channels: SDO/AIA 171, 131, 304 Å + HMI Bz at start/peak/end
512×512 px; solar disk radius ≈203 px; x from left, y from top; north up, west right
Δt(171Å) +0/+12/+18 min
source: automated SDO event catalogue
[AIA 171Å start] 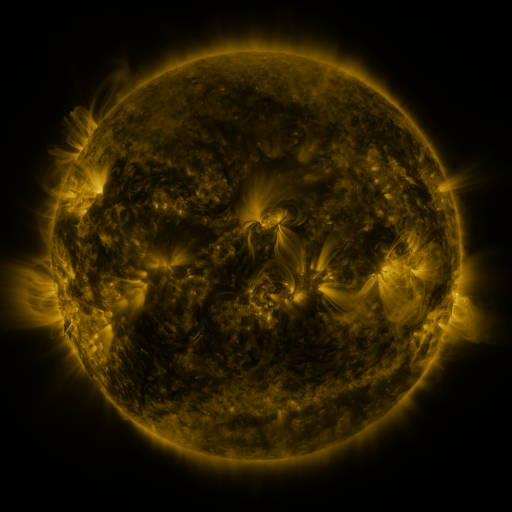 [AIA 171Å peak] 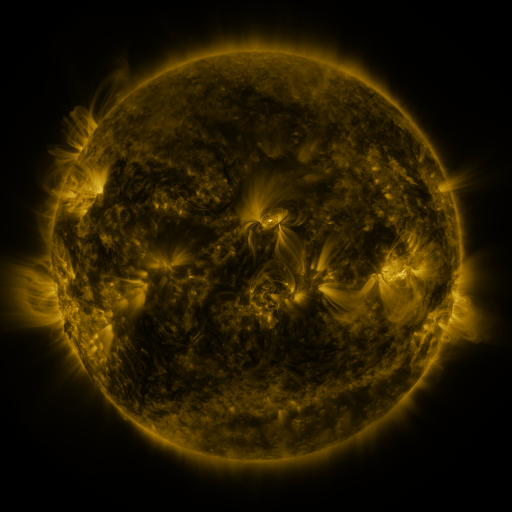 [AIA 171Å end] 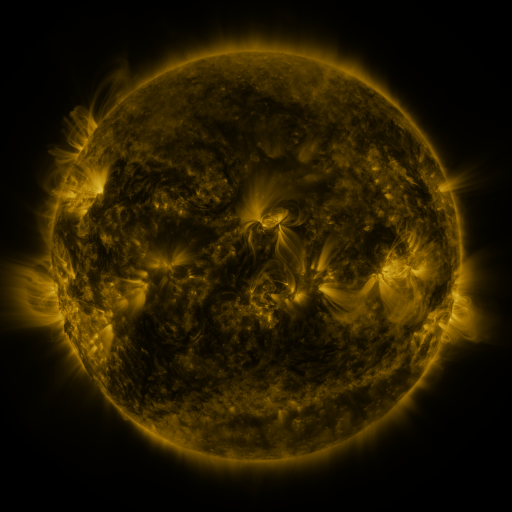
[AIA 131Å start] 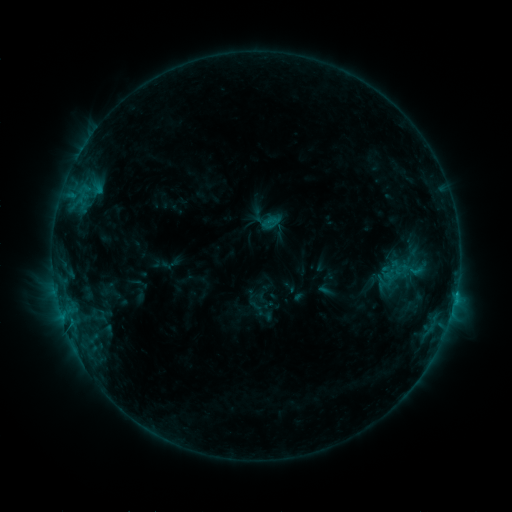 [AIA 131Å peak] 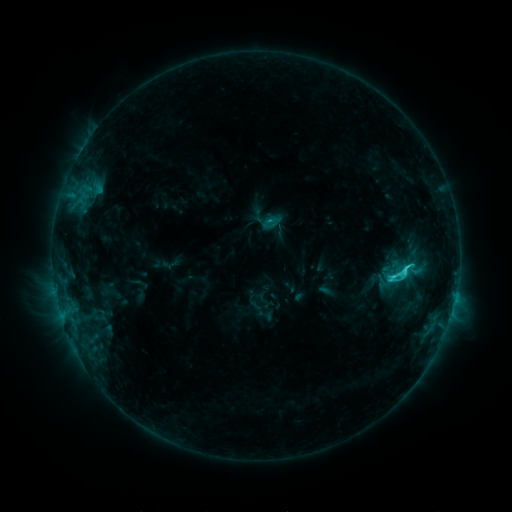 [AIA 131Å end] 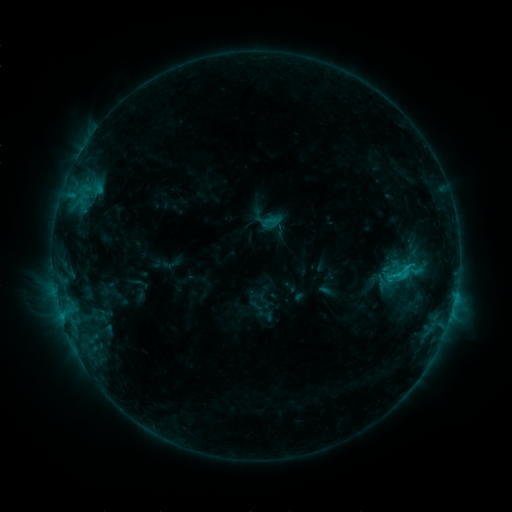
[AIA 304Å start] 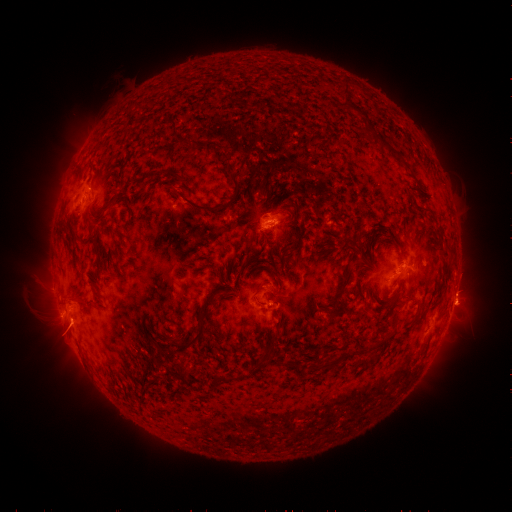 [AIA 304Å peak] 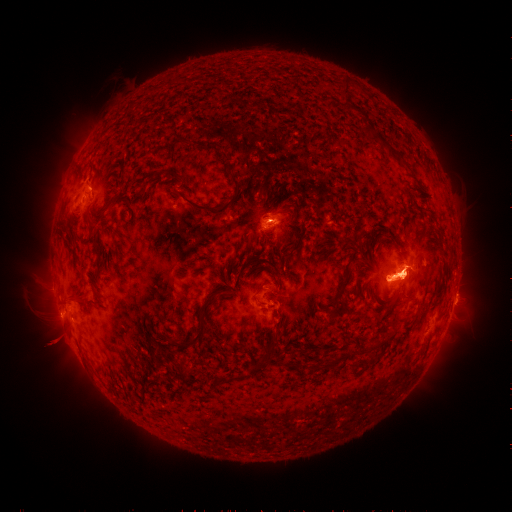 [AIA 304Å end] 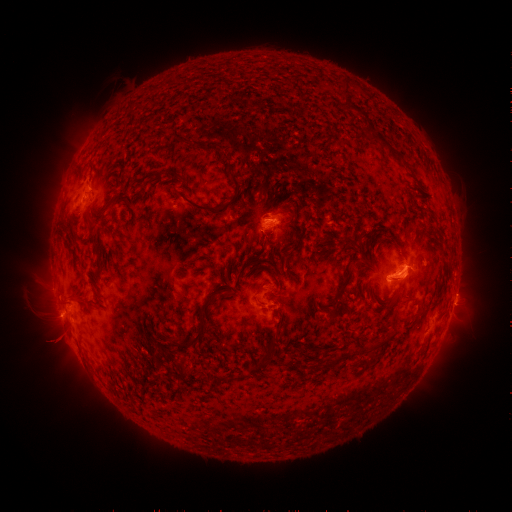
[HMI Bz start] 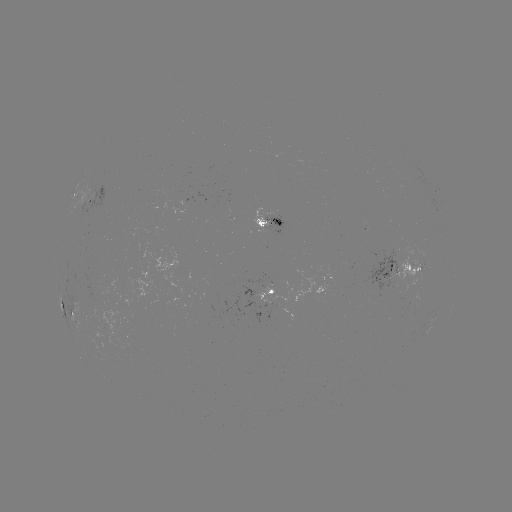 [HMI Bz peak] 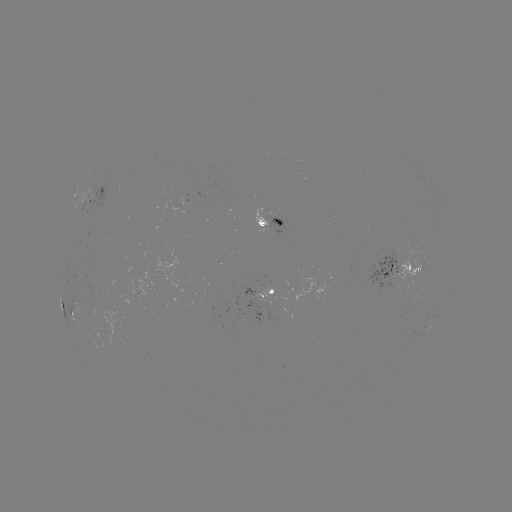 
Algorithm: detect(C4.2 flare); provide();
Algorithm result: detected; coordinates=390,277